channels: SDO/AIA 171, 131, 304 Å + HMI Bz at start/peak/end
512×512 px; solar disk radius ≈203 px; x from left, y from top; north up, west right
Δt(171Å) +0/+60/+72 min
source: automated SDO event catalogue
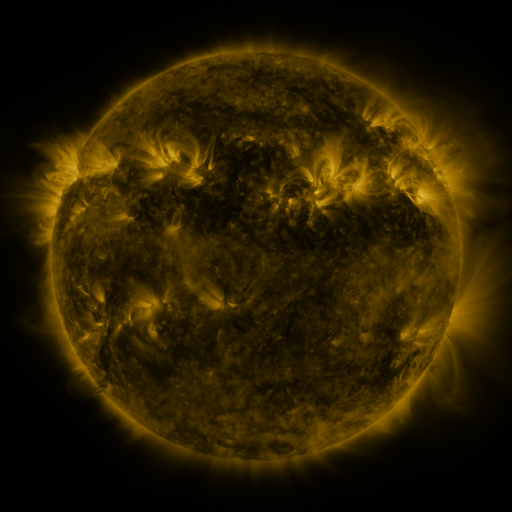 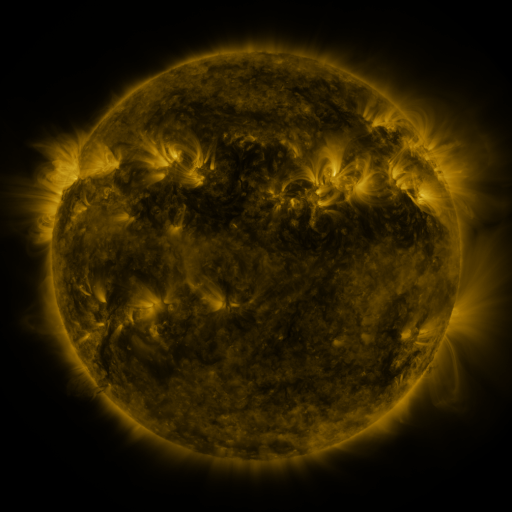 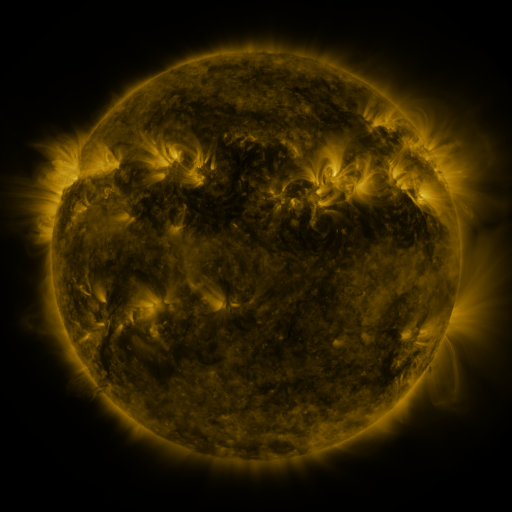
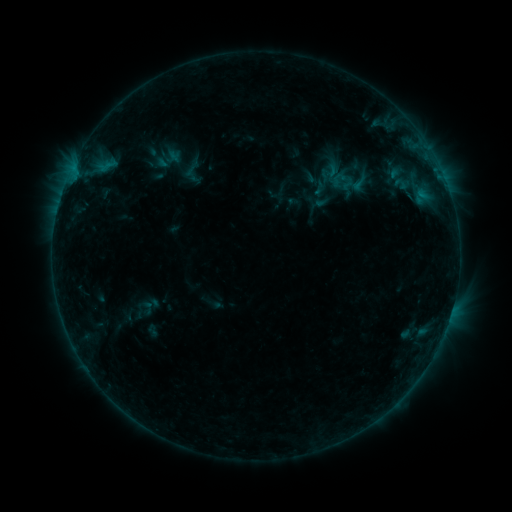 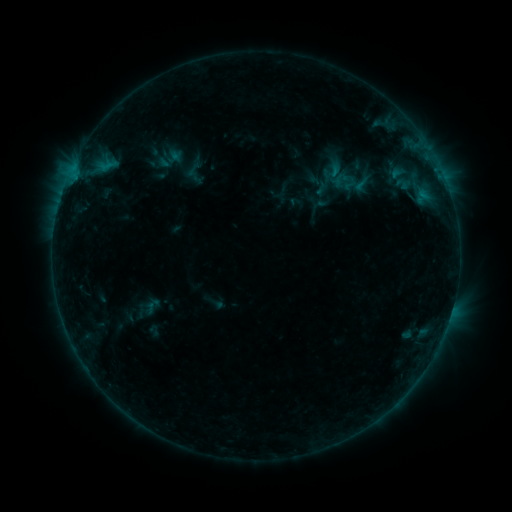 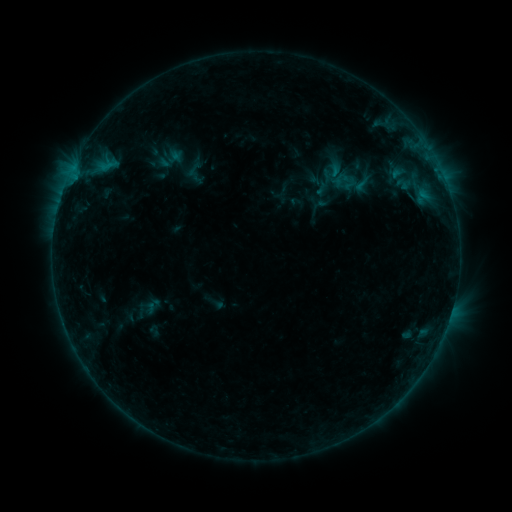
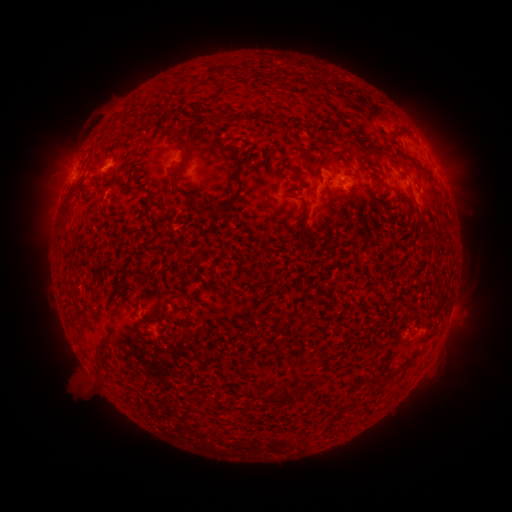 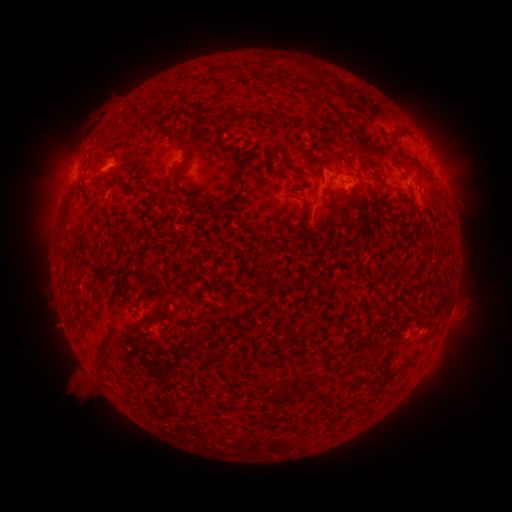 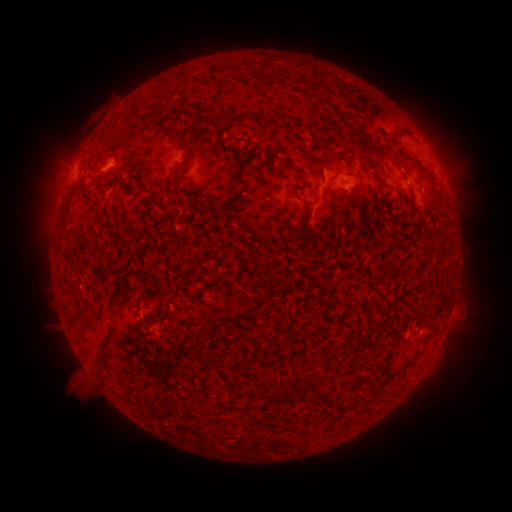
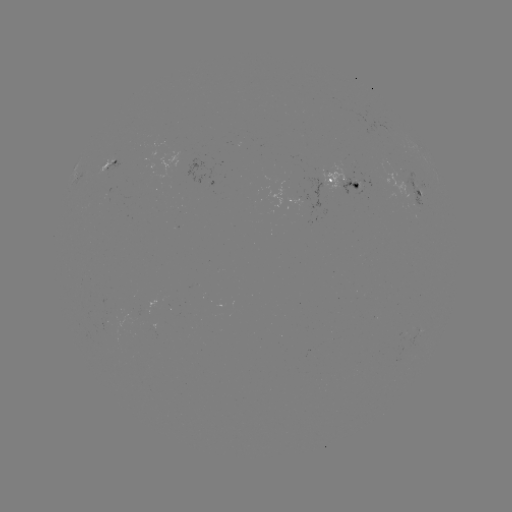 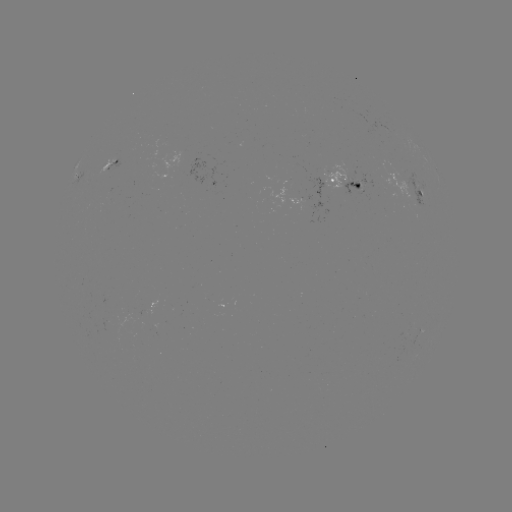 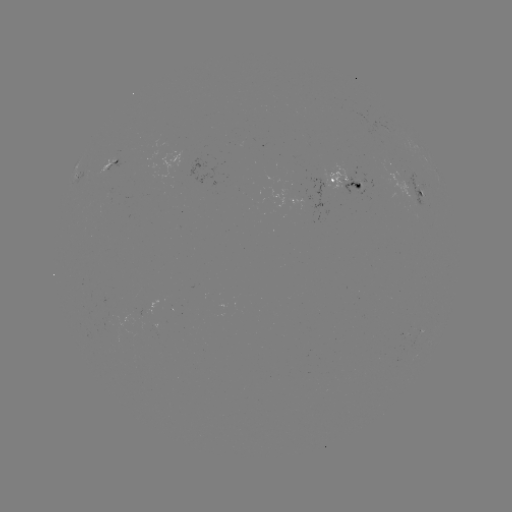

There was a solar emerging-flux region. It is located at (356, 186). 